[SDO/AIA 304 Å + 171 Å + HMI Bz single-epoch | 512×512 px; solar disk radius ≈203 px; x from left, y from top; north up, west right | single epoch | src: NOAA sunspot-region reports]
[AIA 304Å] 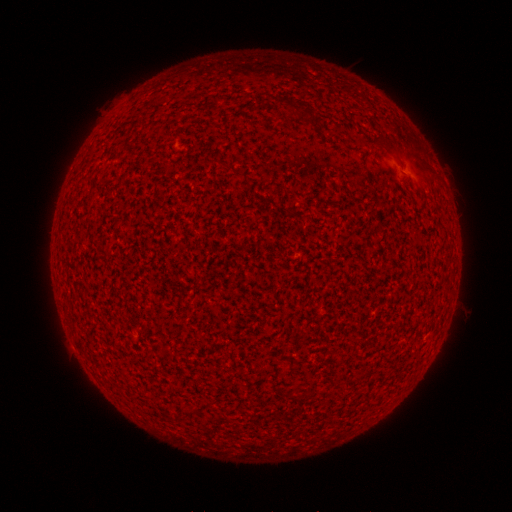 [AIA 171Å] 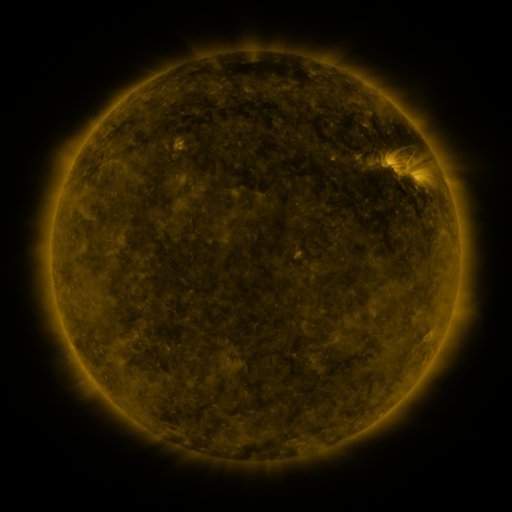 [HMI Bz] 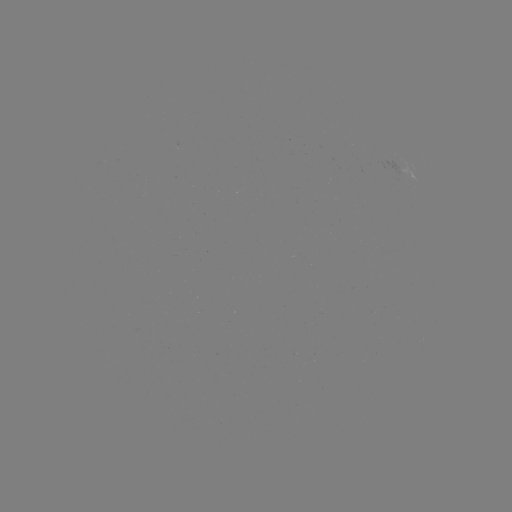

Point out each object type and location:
(none)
